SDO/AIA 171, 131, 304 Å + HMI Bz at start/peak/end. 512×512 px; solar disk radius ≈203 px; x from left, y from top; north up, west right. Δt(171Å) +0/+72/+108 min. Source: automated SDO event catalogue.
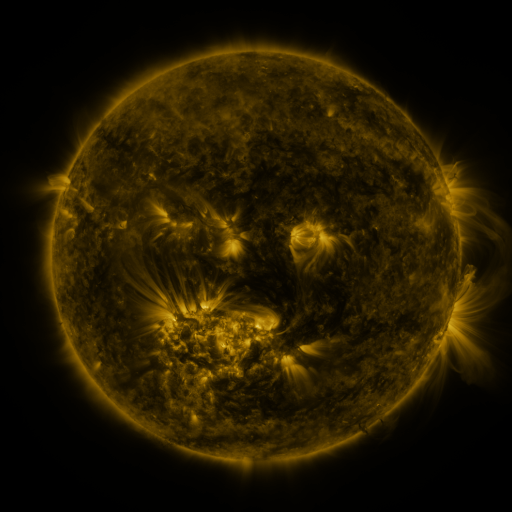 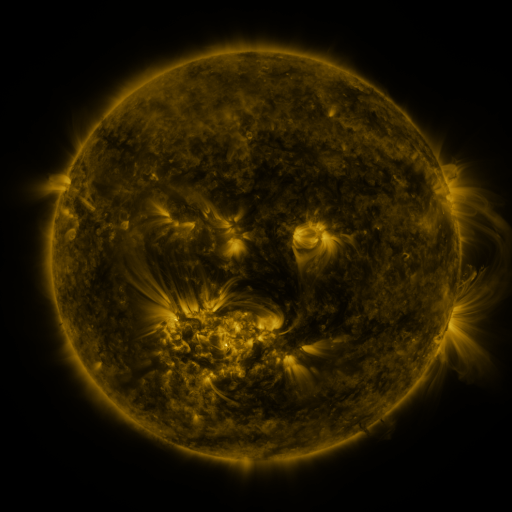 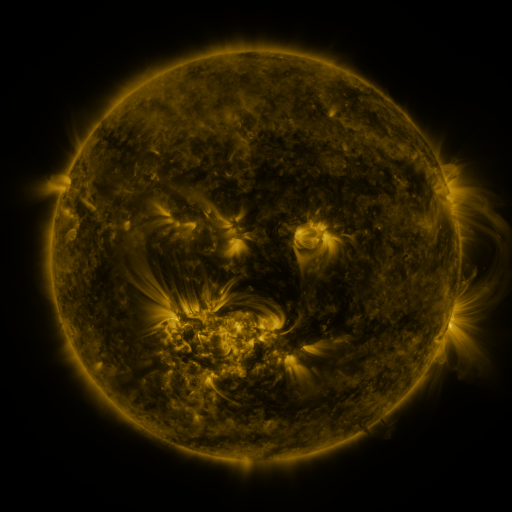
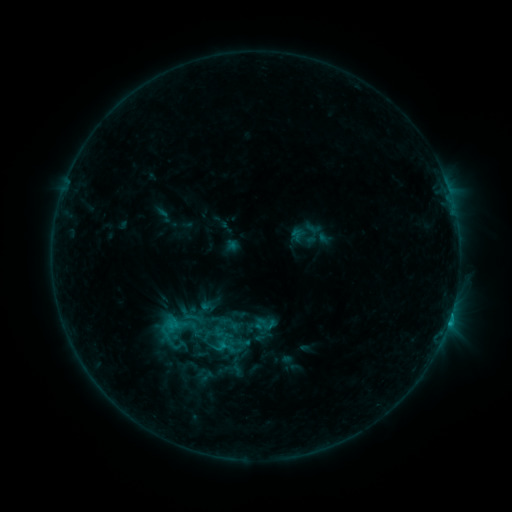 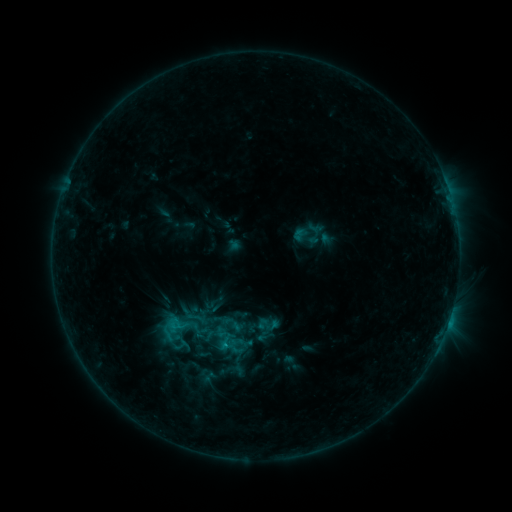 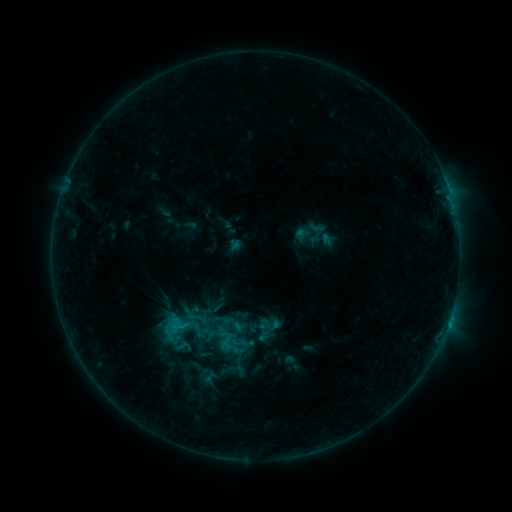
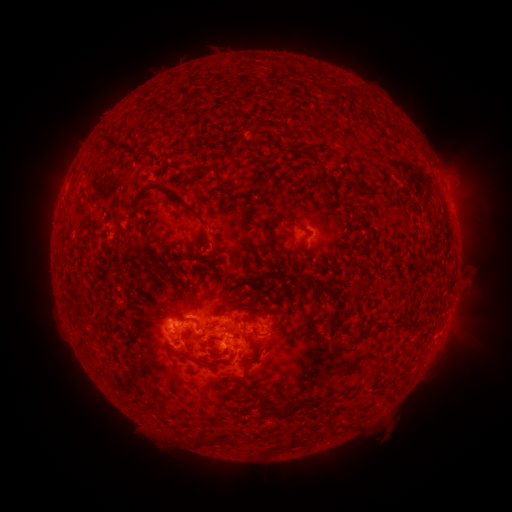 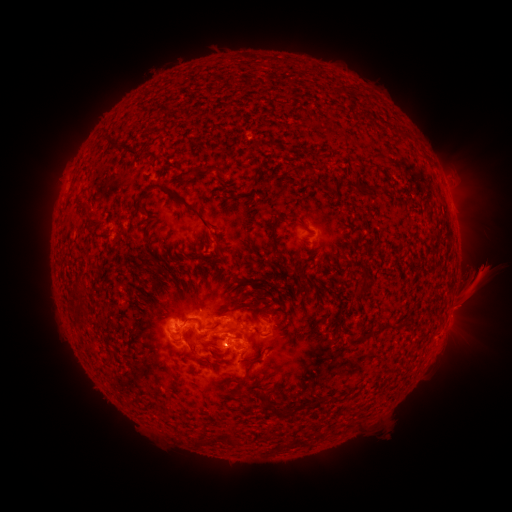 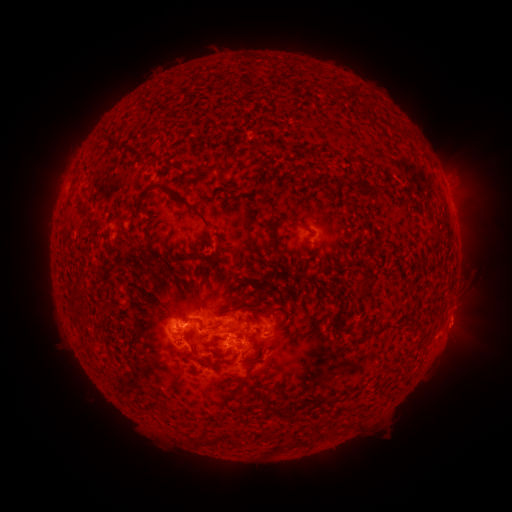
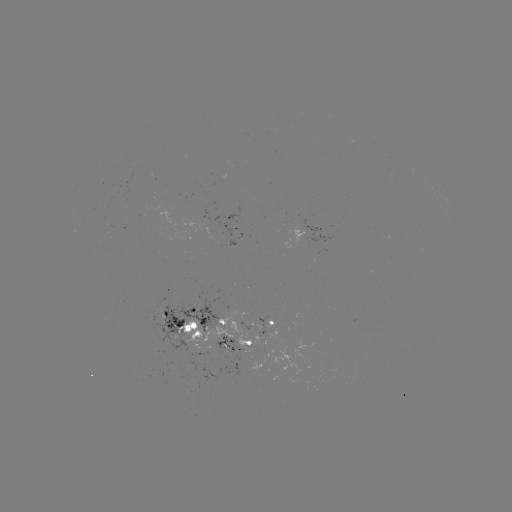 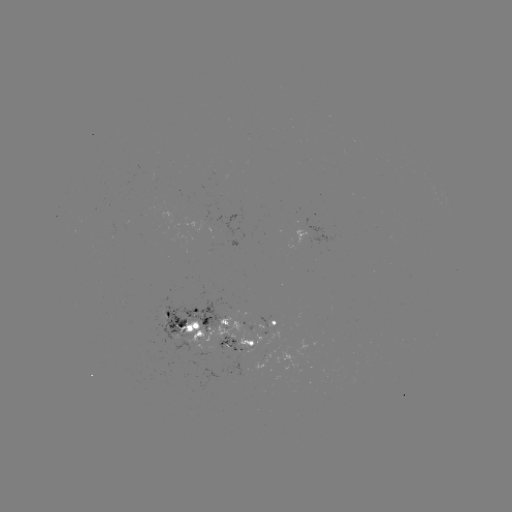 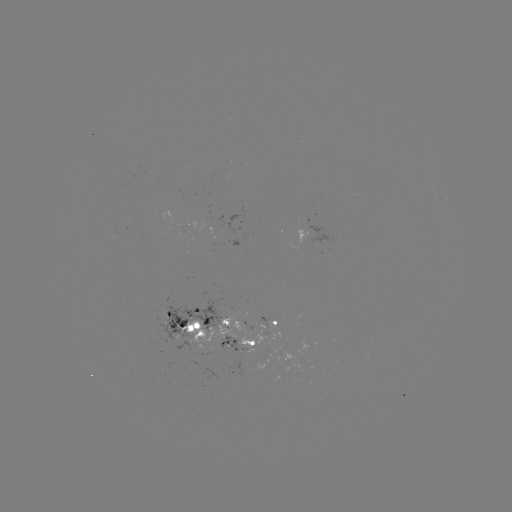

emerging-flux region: (206, 222, 210, 233)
